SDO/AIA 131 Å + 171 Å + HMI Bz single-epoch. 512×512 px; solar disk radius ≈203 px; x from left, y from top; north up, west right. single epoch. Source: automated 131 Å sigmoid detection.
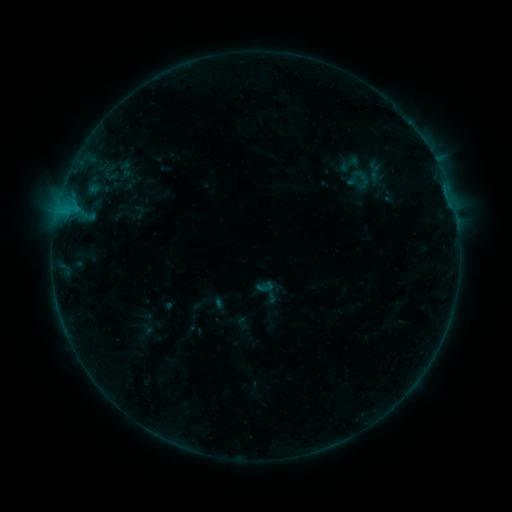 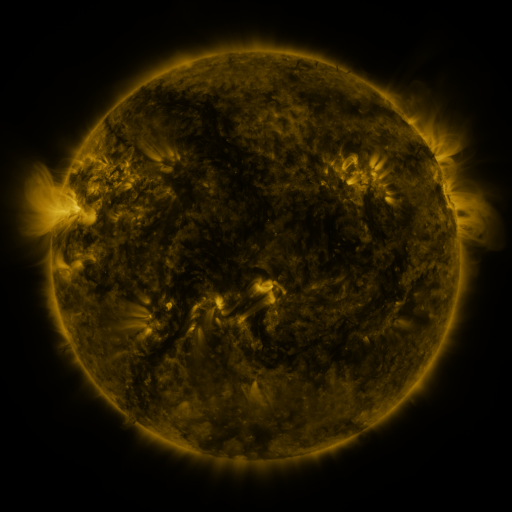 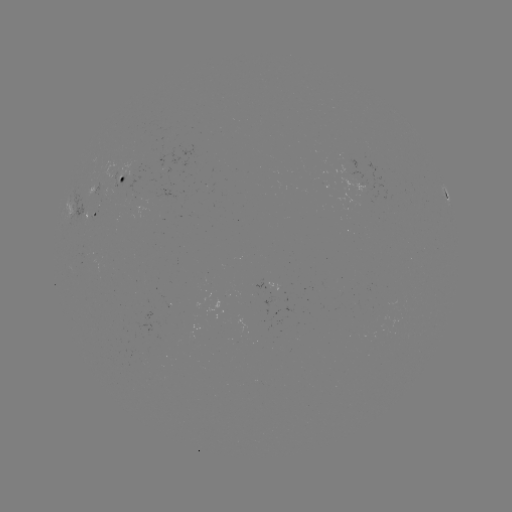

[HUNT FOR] sigmoid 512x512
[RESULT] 350,164